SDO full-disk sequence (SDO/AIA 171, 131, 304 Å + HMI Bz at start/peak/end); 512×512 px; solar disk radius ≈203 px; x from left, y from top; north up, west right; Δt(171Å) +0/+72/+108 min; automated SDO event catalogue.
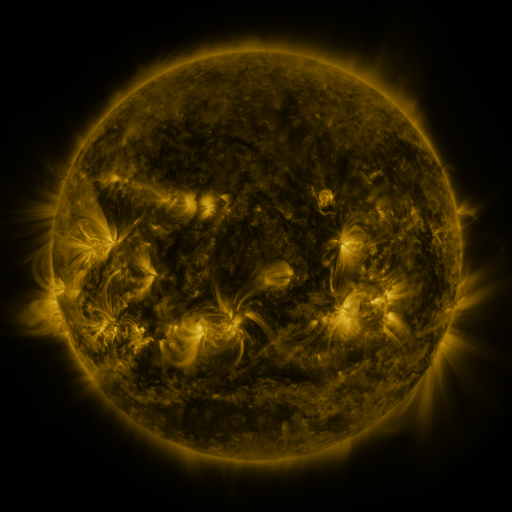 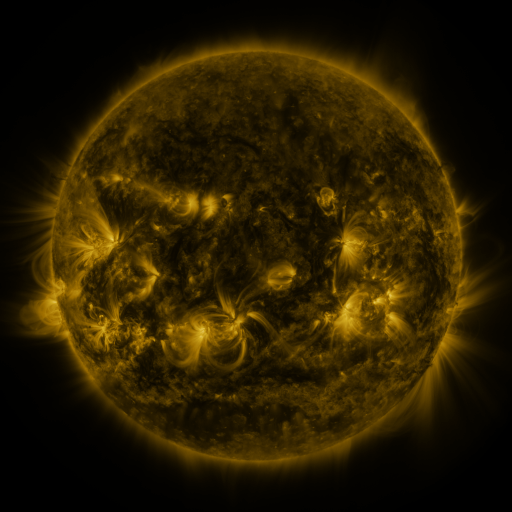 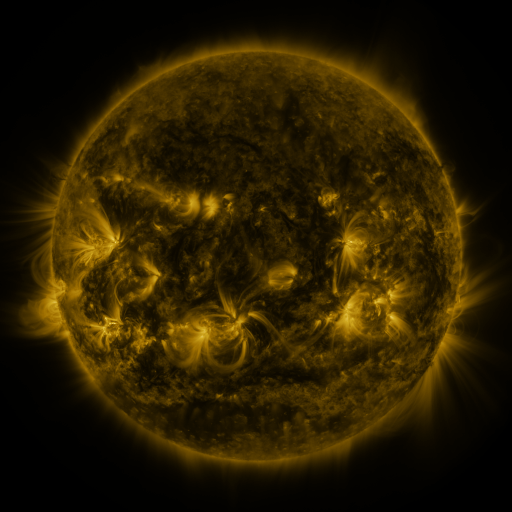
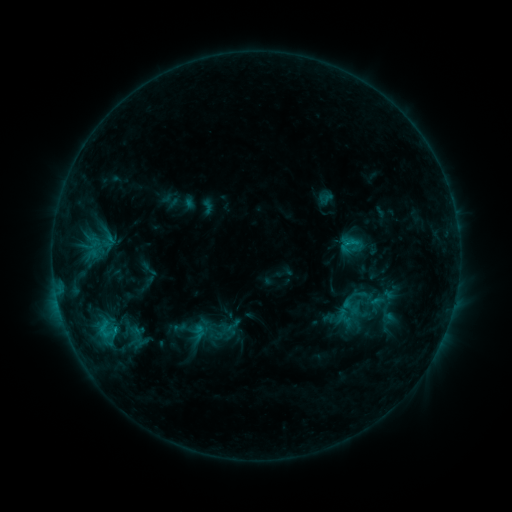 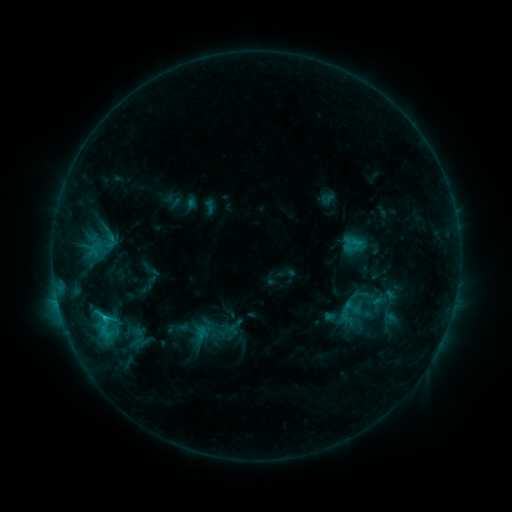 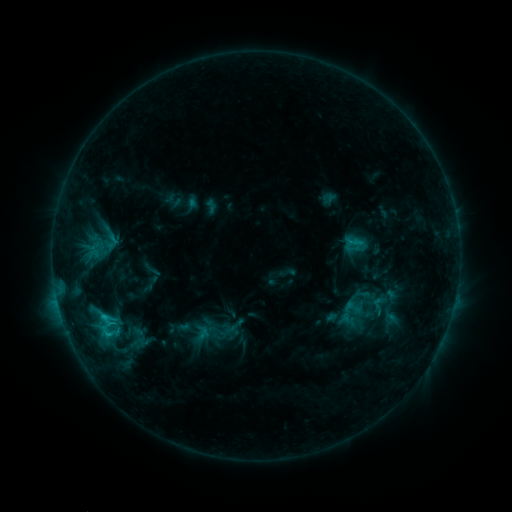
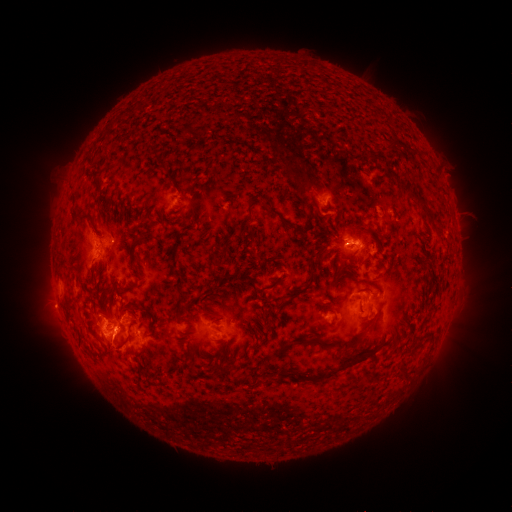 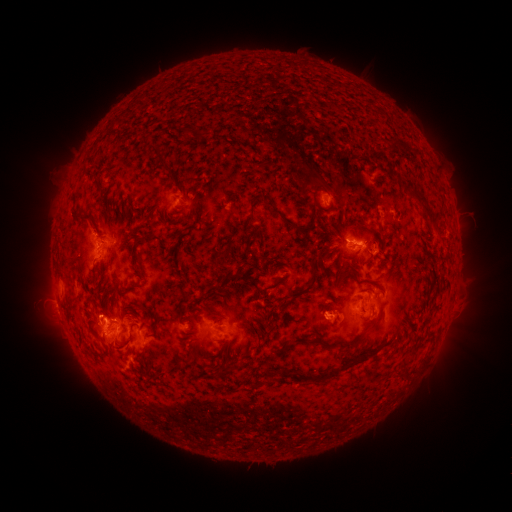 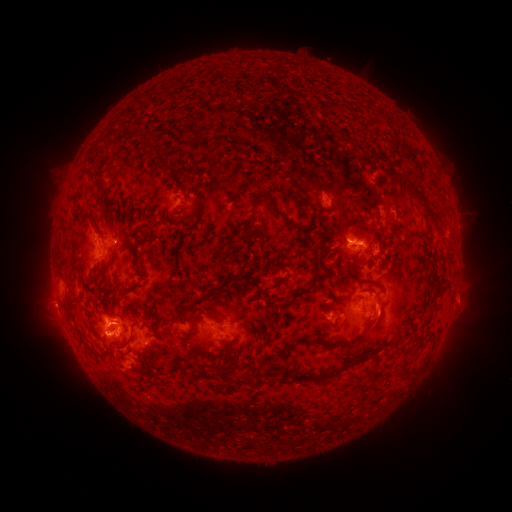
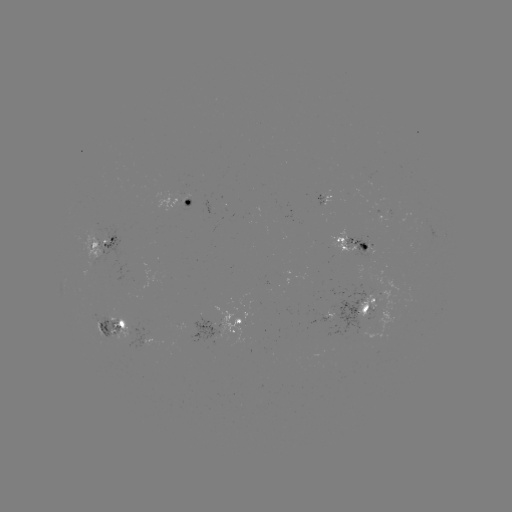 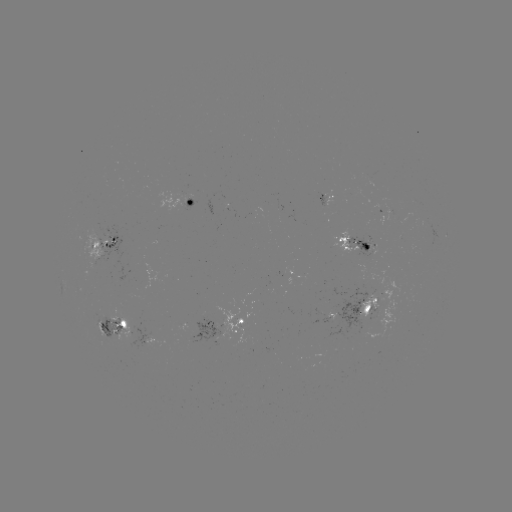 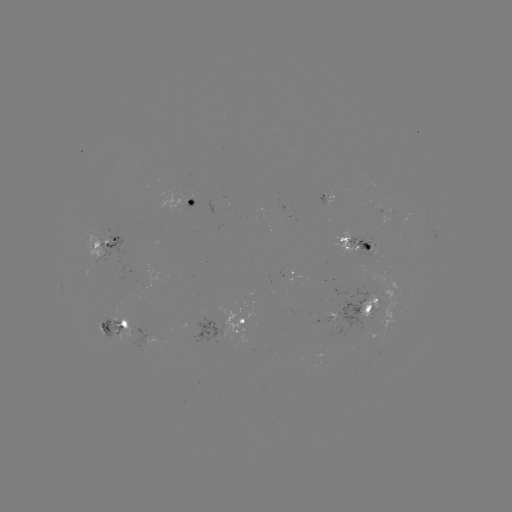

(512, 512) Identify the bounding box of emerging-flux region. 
[104, 307, 140, 341].